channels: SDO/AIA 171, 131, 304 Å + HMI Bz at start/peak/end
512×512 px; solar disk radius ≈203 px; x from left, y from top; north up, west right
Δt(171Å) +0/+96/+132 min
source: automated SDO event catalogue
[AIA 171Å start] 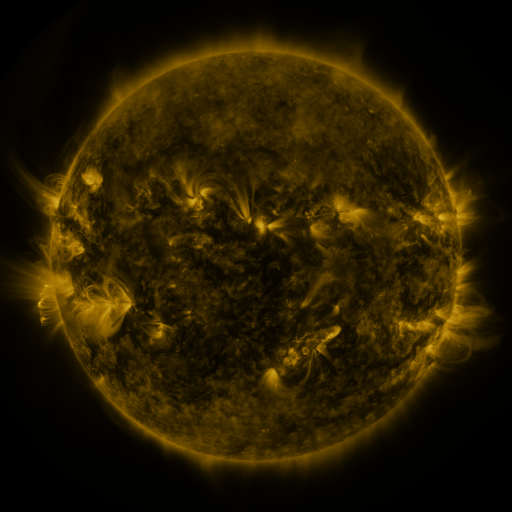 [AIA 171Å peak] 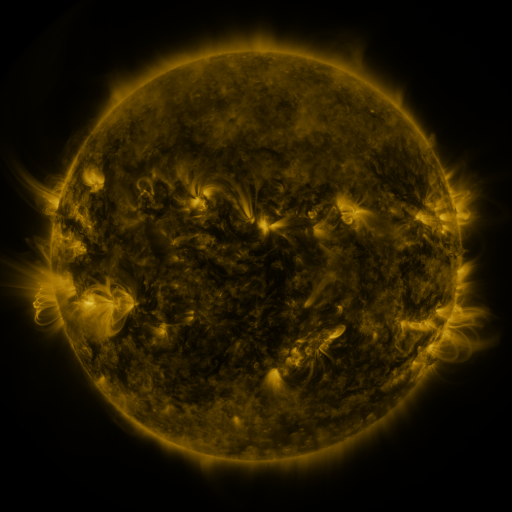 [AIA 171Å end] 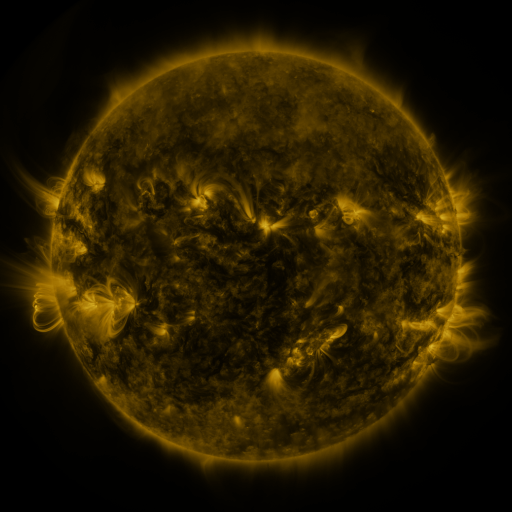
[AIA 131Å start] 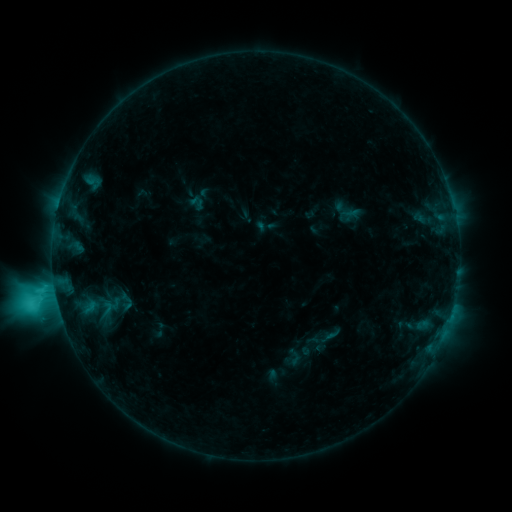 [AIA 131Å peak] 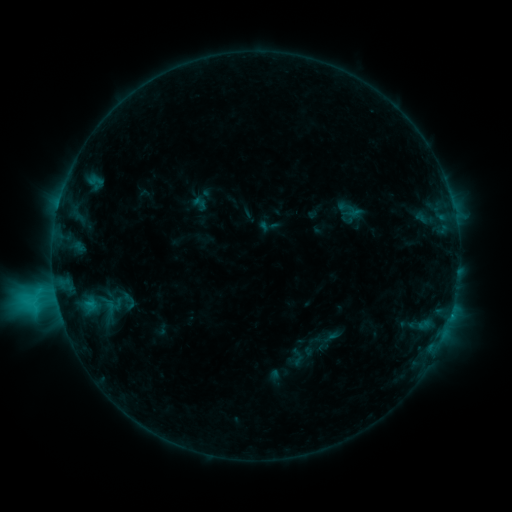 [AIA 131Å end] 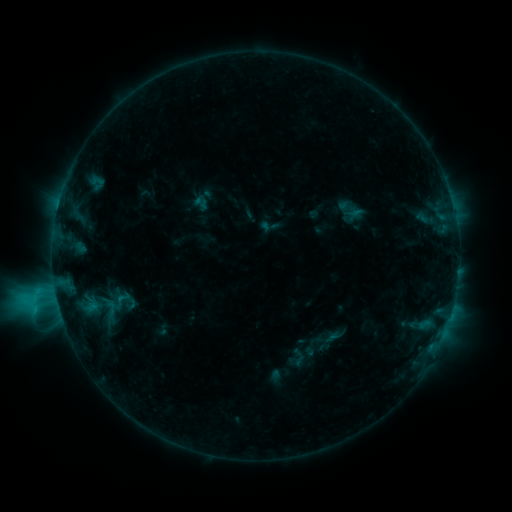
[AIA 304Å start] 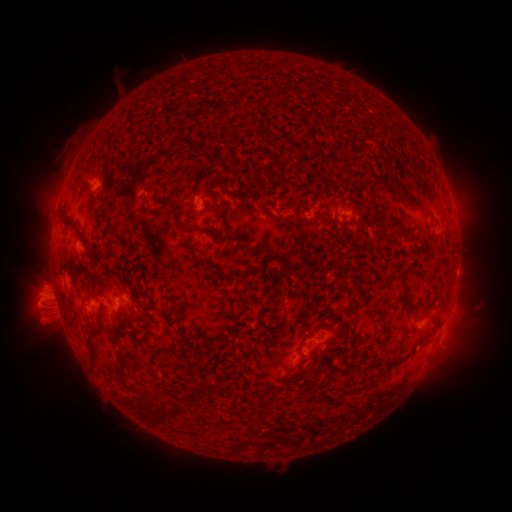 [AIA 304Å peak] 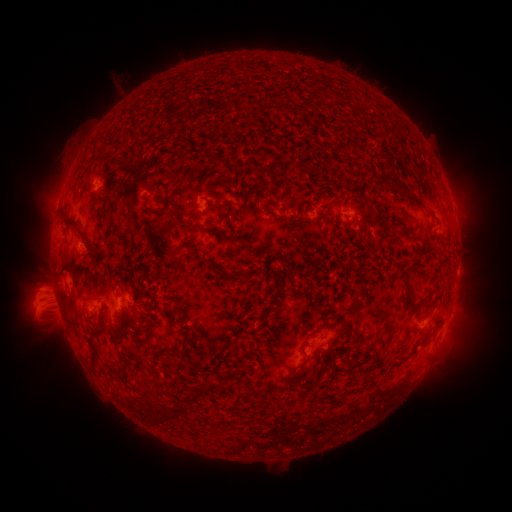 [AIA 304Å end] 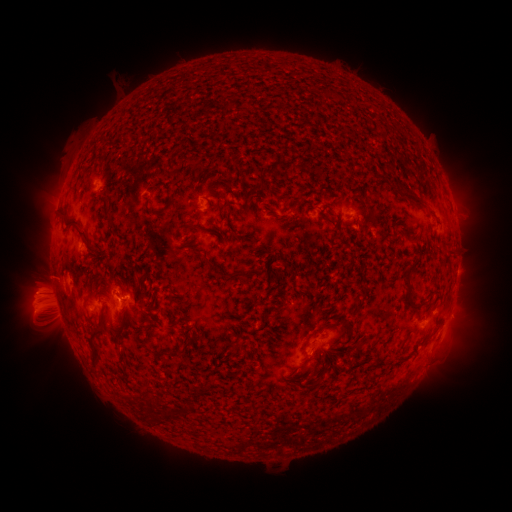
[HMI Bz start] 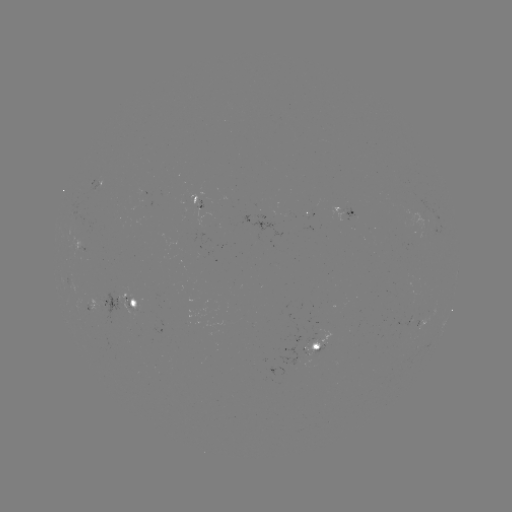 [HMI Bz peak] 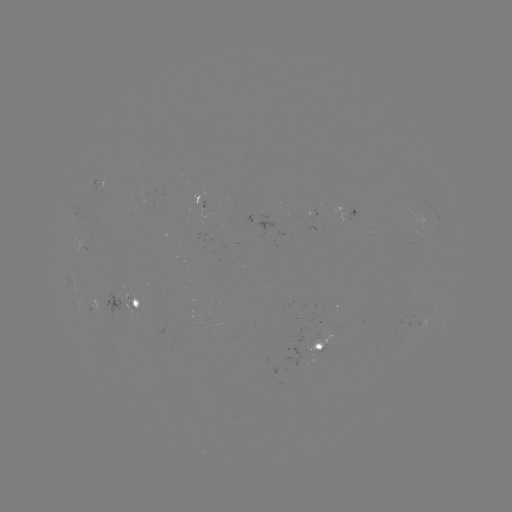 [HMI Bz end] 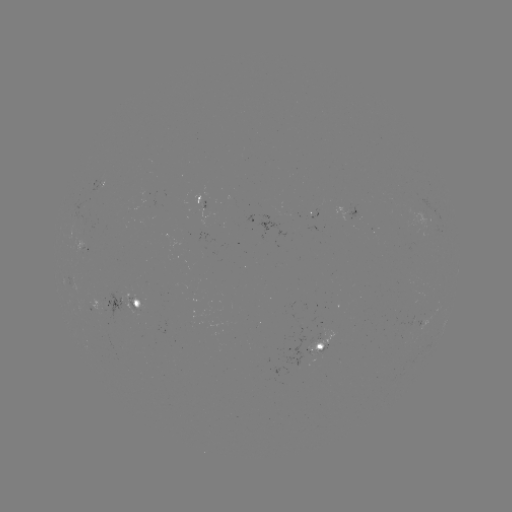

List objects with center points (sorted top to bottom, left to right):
emerging-flux region: (305, 355)
